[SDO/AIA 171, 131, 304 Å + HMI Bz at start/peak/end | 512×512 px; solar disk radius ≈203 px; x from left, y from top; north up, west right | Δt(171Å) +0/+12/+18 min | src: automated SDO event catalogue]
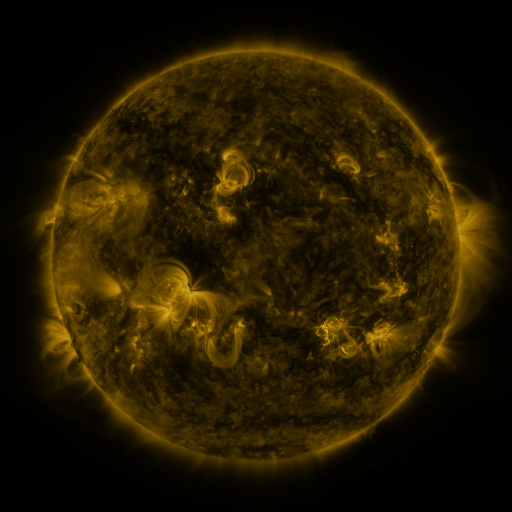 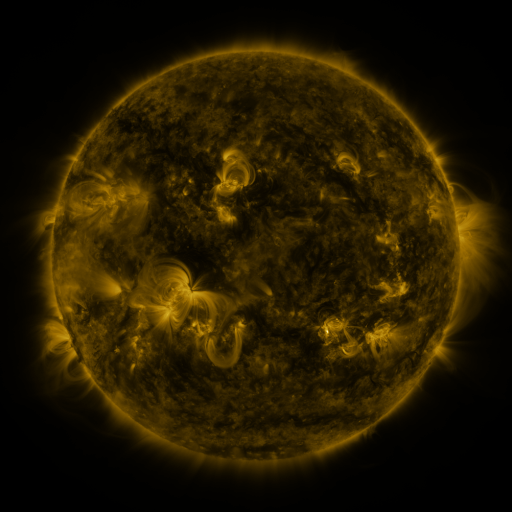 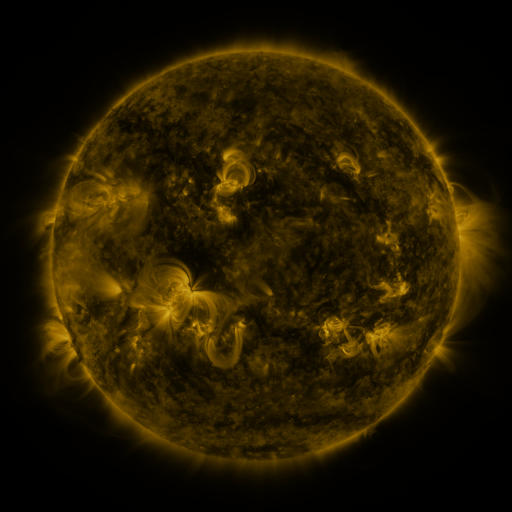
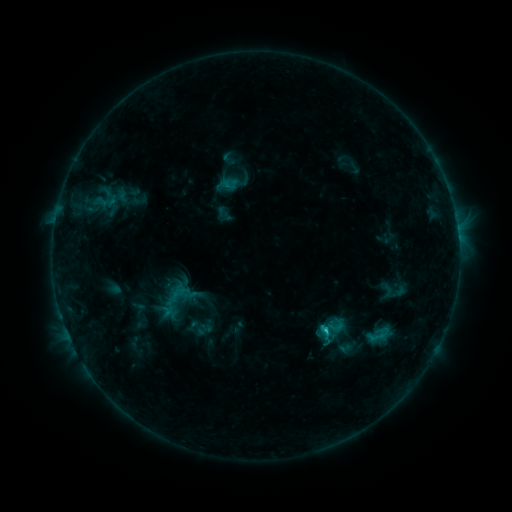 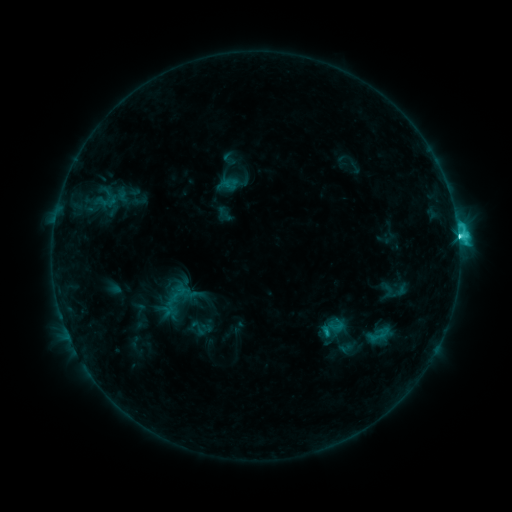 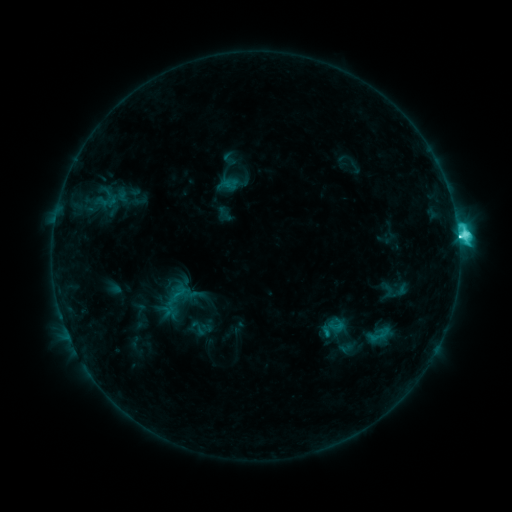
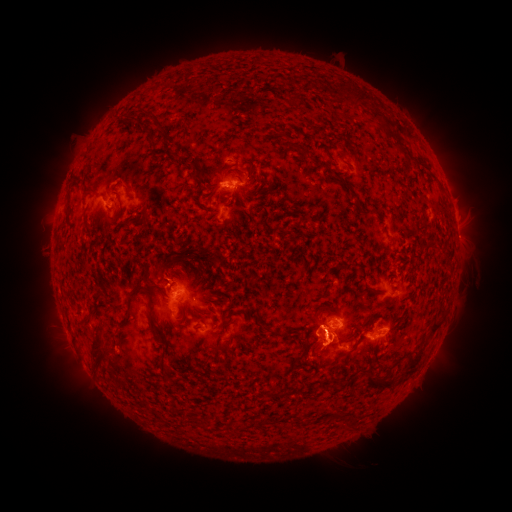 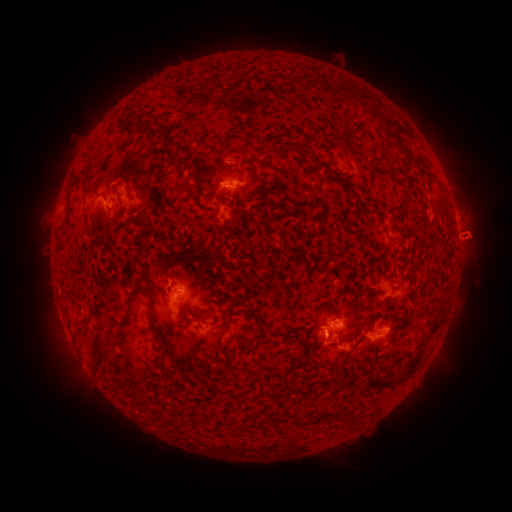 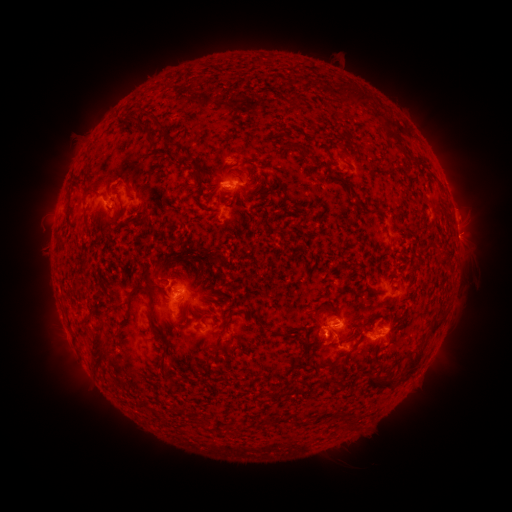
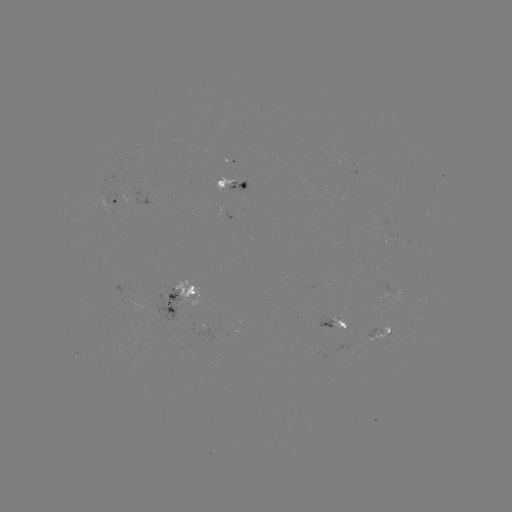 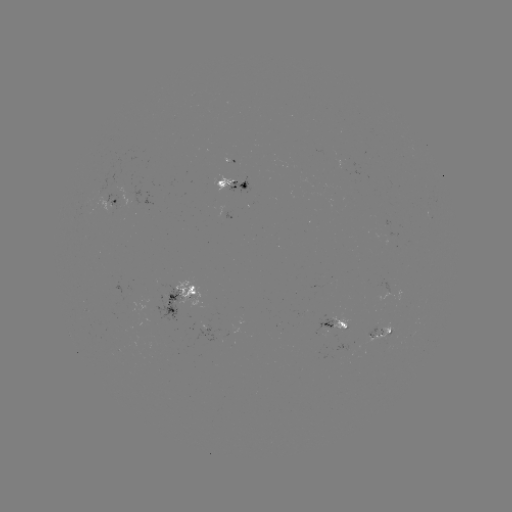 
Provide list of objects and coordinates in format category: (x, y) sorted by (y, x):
eruption: (473, 235)
